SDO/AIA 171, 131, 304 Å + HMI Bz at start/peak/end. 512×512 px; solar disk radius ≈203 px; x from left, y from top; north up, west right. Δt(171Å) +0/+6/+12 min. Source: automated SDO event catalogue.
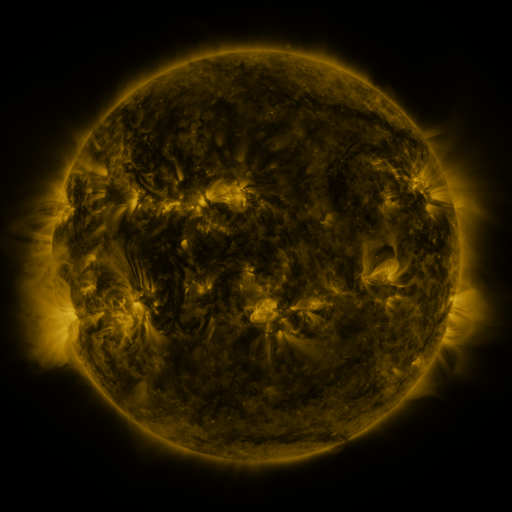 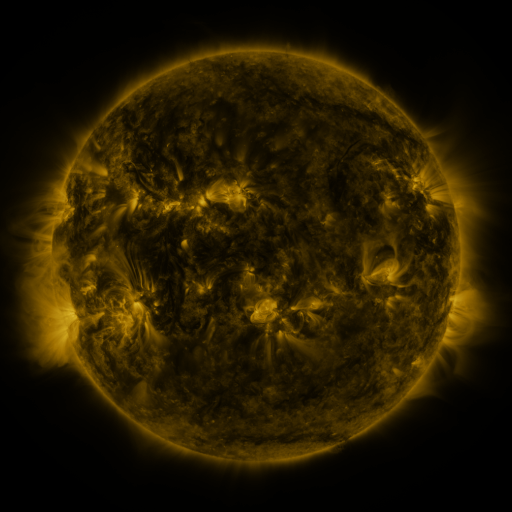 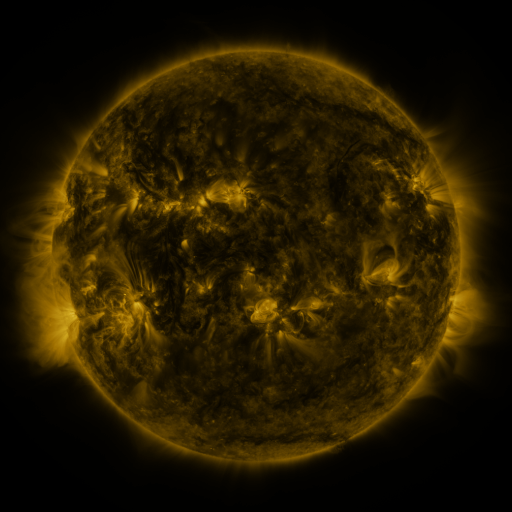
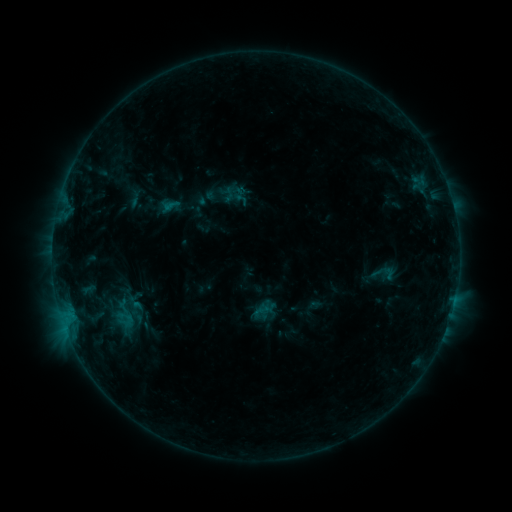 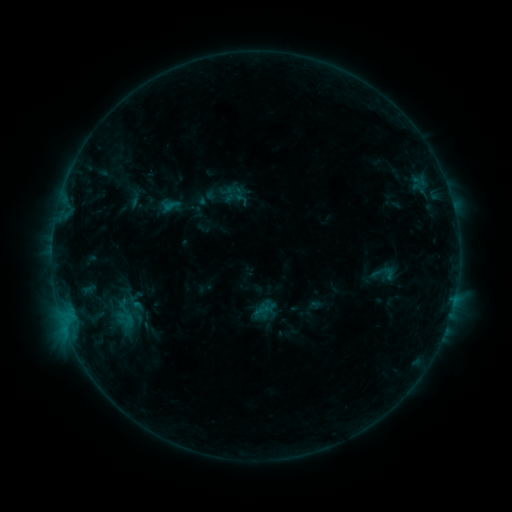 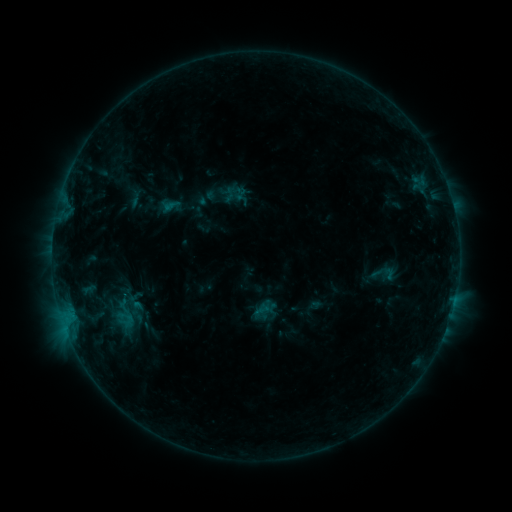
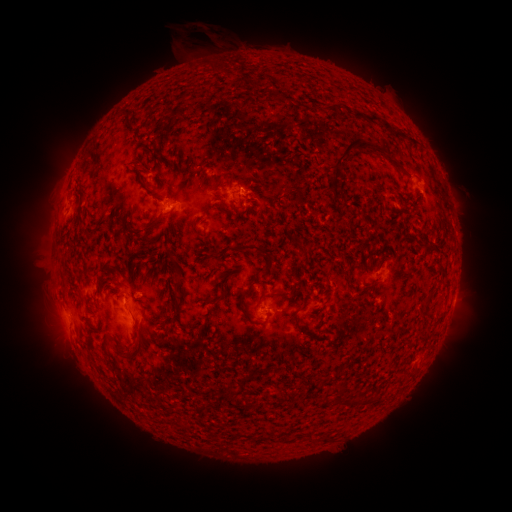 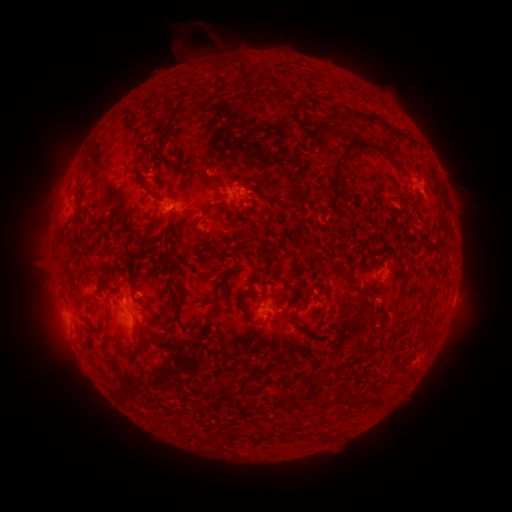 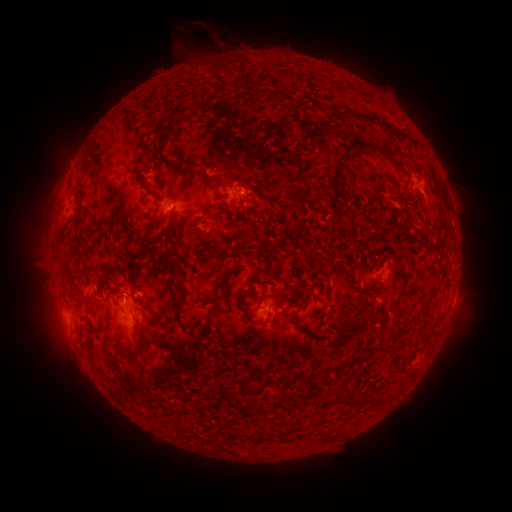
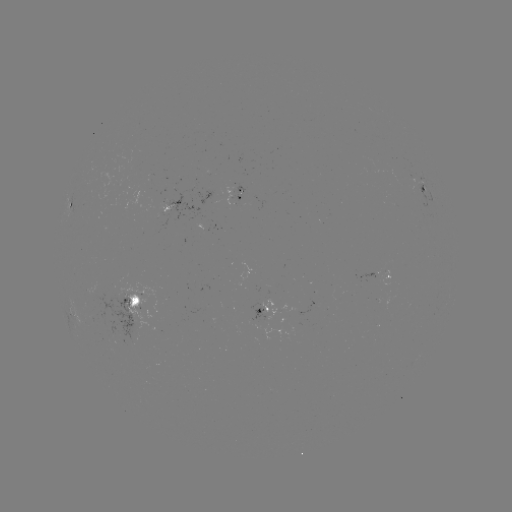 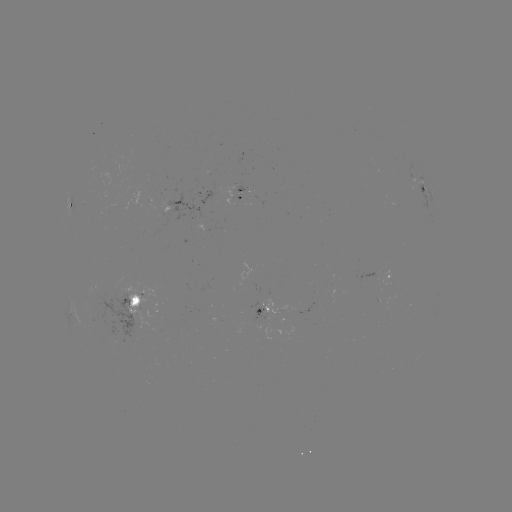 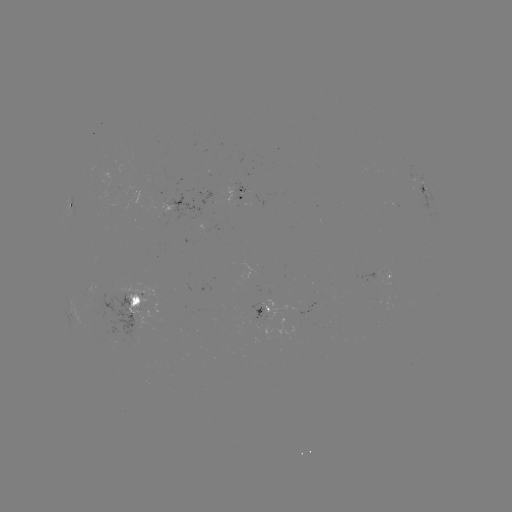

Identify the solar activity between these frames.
no classed flare was catalogued and no EUV brightening was flagged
